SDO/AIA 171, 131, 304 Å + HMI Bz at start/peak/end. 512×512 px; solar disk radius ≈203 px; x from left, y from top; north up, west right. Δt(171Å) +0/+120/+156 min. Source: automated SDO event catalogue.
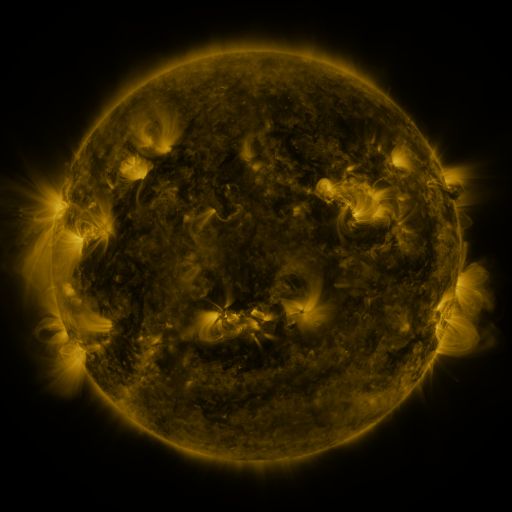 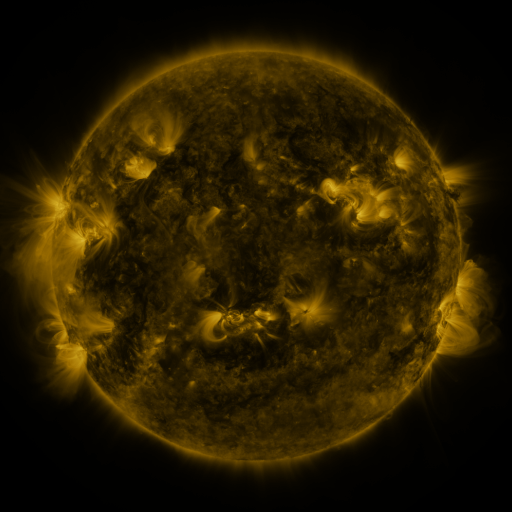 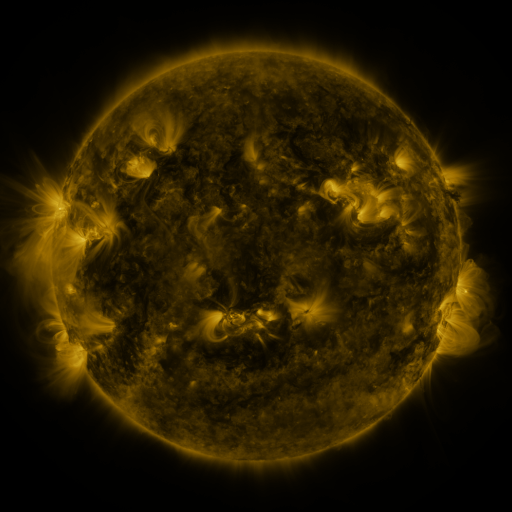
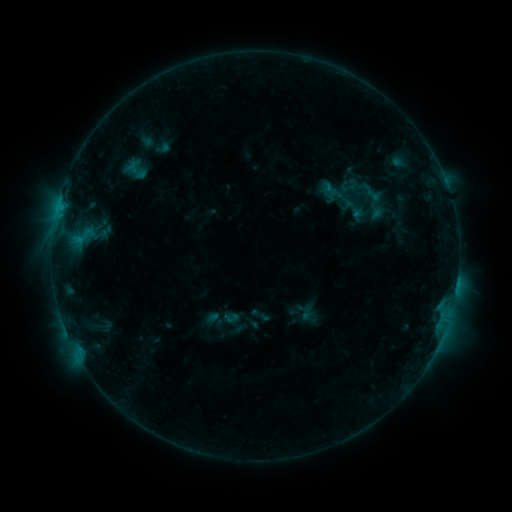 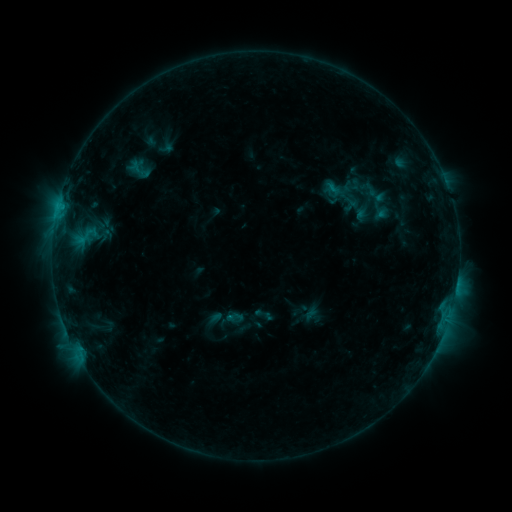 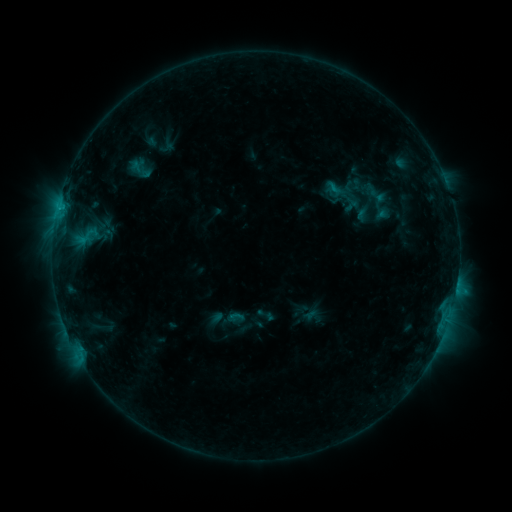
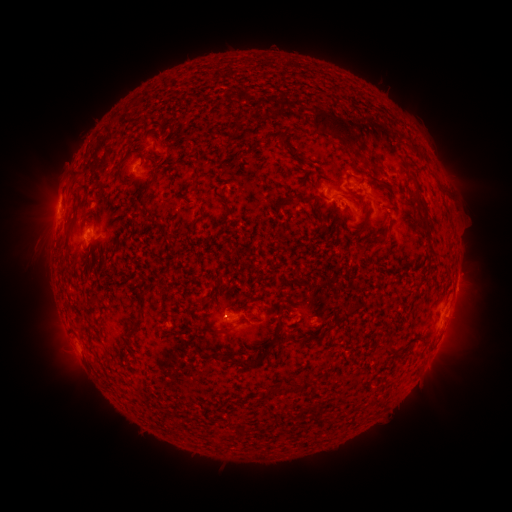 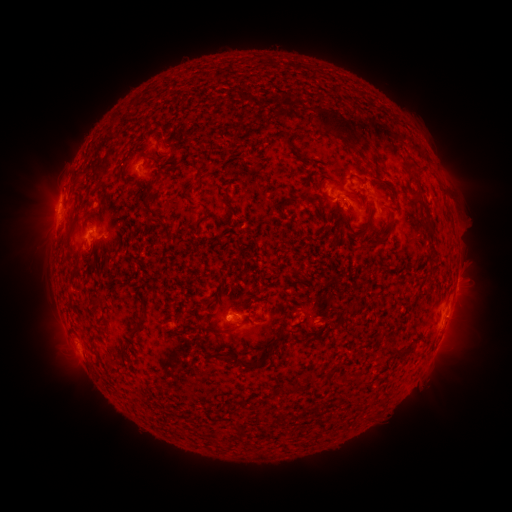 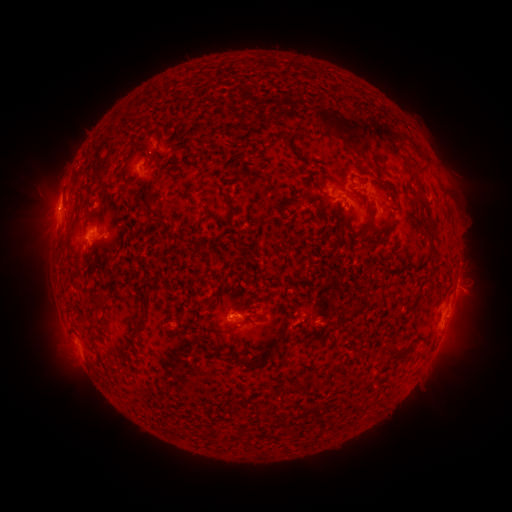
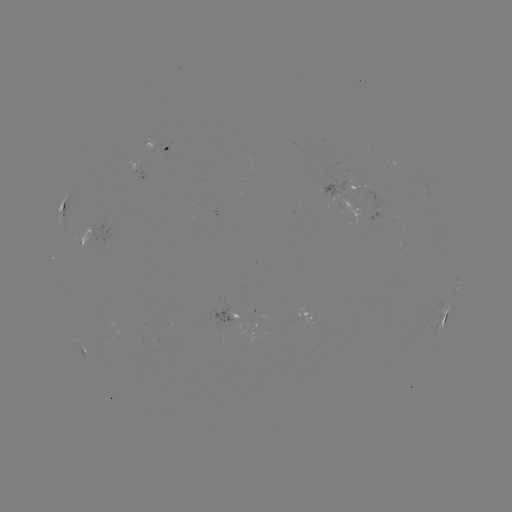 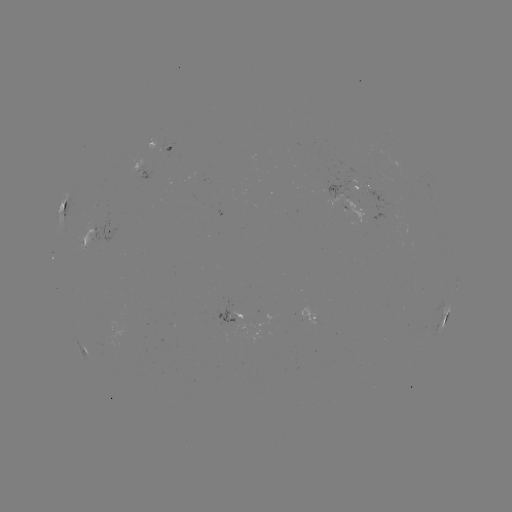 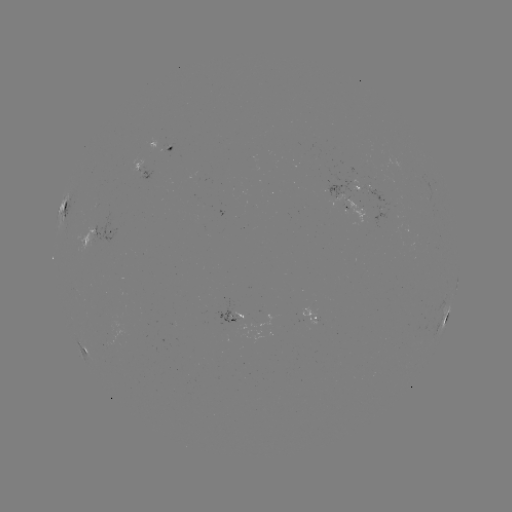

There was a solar emerging-flux region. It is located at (388, 208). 